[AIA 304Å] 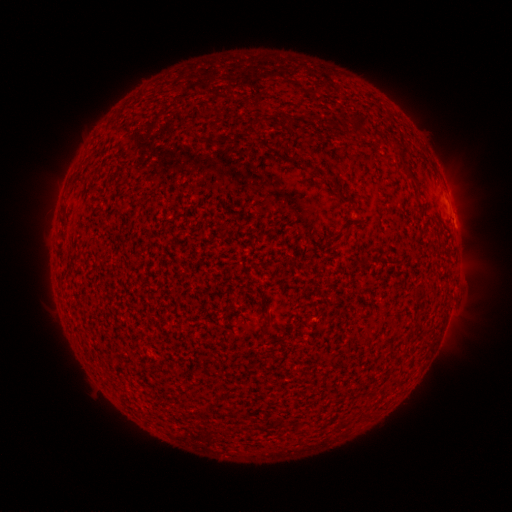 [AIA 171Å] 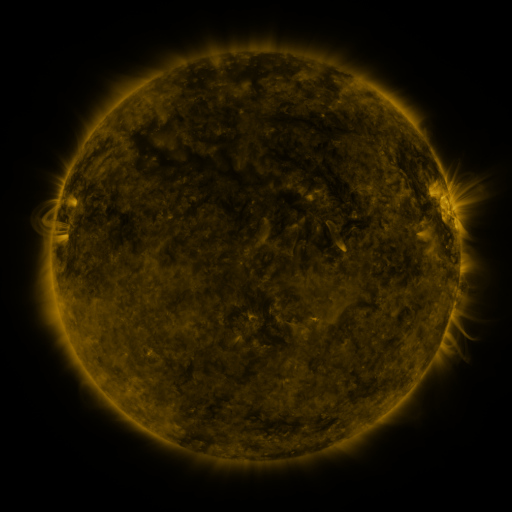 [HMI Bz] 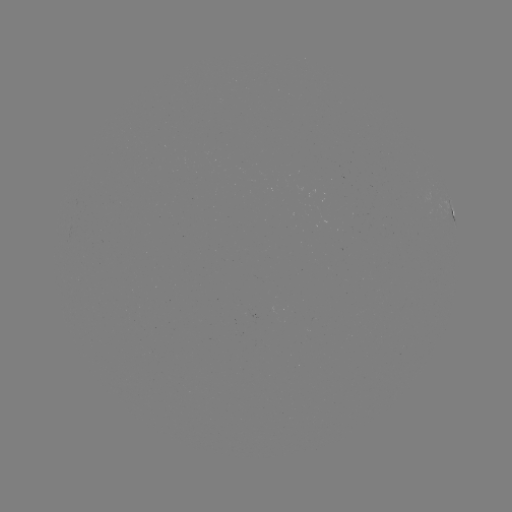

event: spotted active region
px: (452, 212)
